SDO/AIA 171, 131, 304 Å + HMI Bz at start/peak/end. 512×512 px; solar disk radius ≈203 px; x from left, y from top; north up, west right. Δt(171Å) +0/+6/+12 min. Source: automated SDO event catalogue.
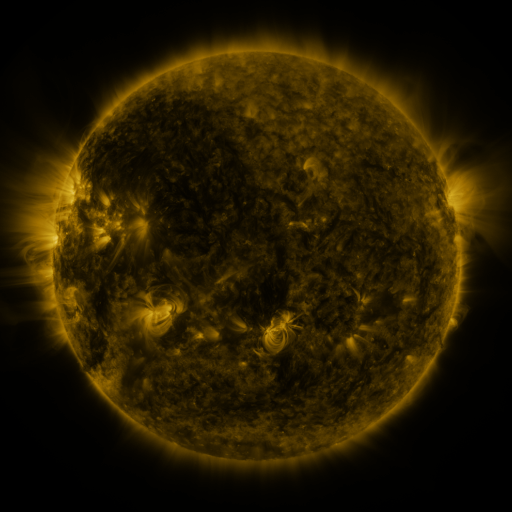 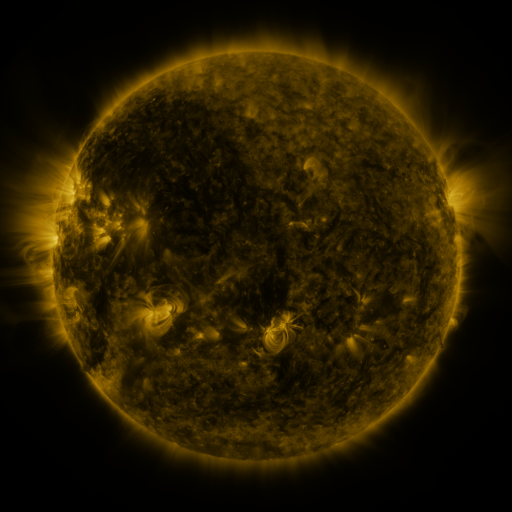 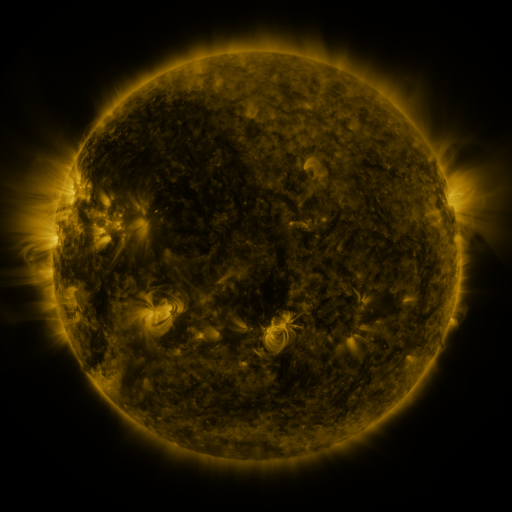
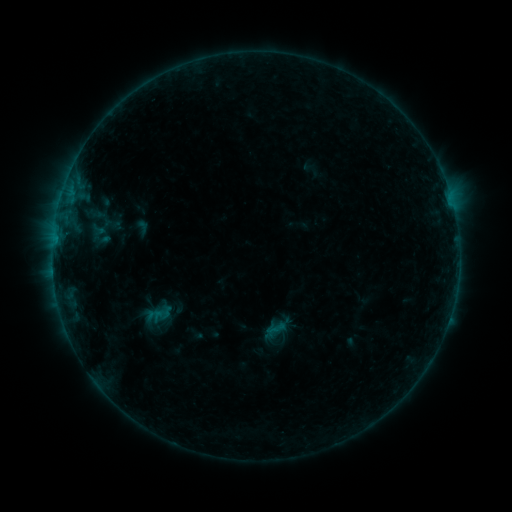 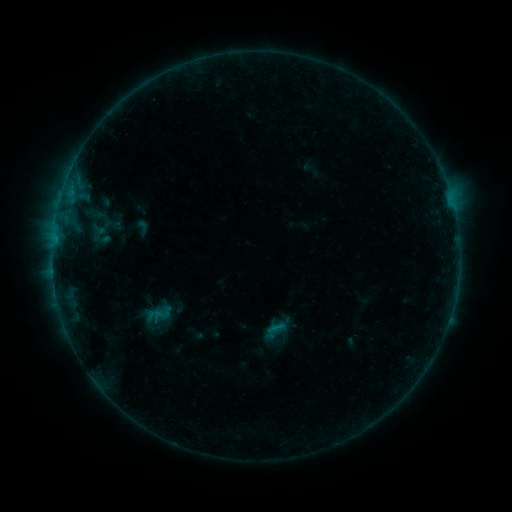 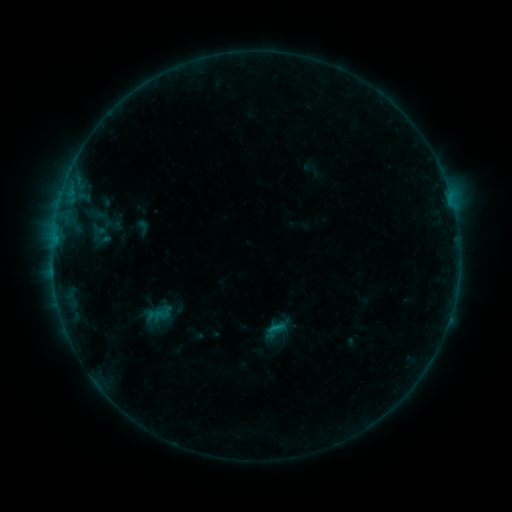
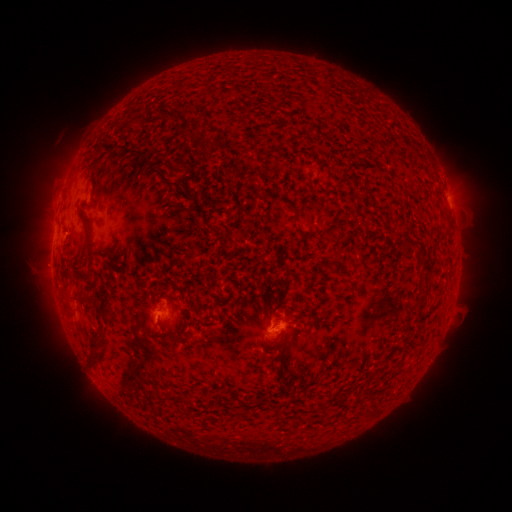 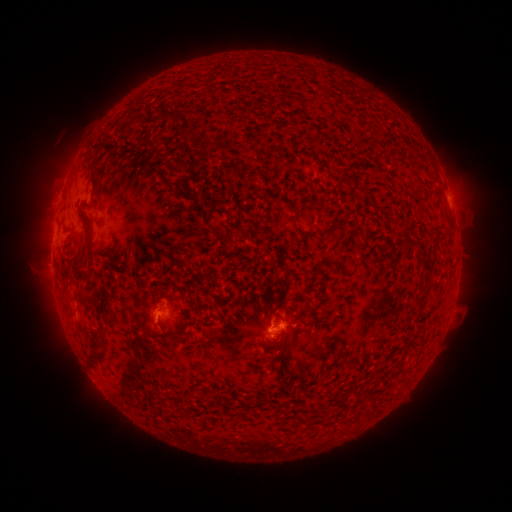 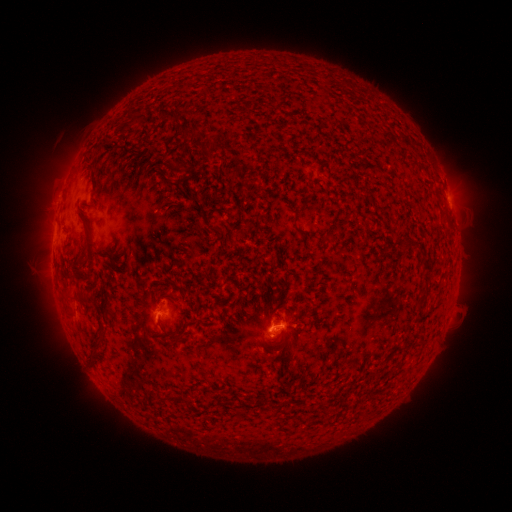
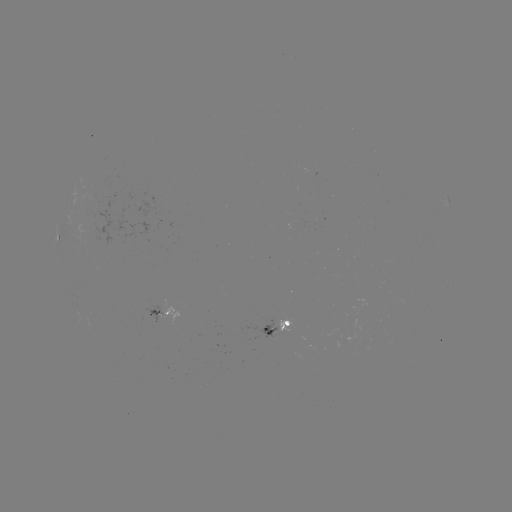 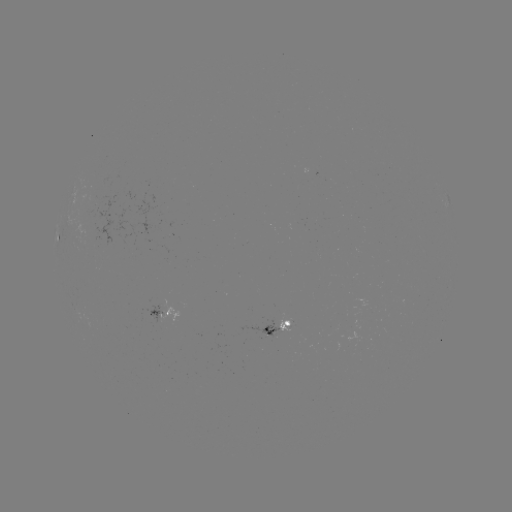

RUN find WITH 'B3.9 flare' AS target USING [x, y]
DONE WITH [273, 327] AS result